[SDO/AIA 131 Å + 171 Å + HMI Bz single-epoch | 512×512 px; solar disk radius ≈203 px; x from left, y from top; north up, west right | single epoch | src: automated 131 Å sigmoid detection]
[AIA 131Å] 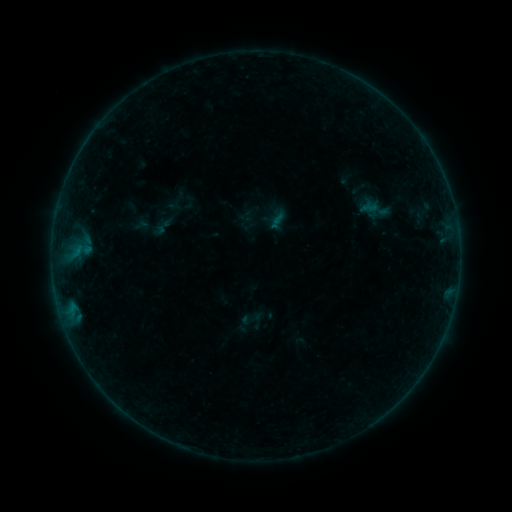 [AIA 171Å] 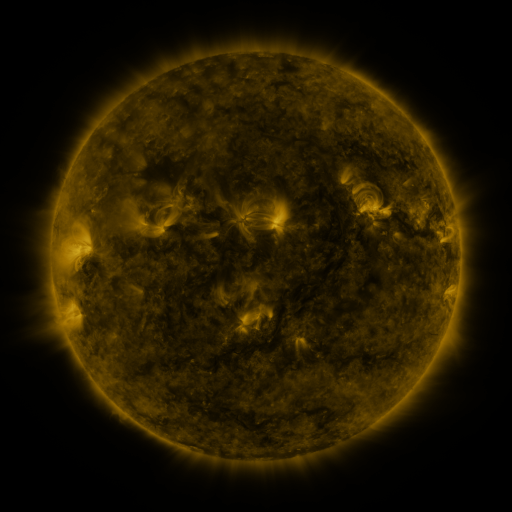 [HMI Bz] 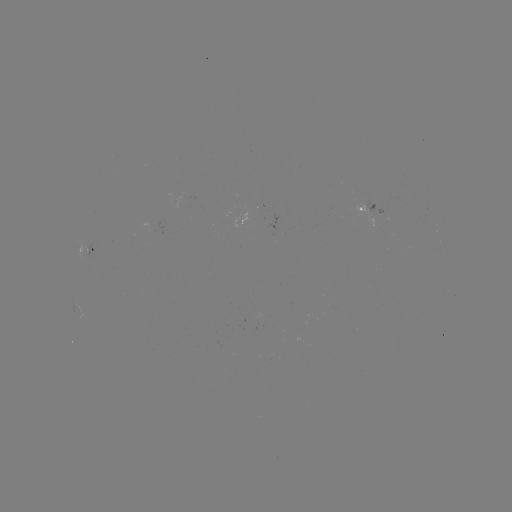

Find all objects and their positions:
sigmoid: (357, 199, 380, 217)
